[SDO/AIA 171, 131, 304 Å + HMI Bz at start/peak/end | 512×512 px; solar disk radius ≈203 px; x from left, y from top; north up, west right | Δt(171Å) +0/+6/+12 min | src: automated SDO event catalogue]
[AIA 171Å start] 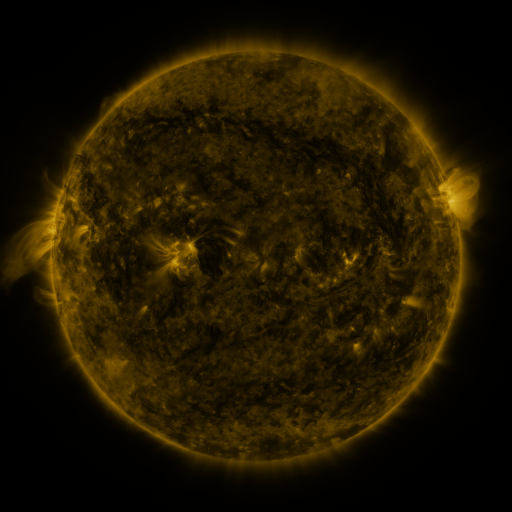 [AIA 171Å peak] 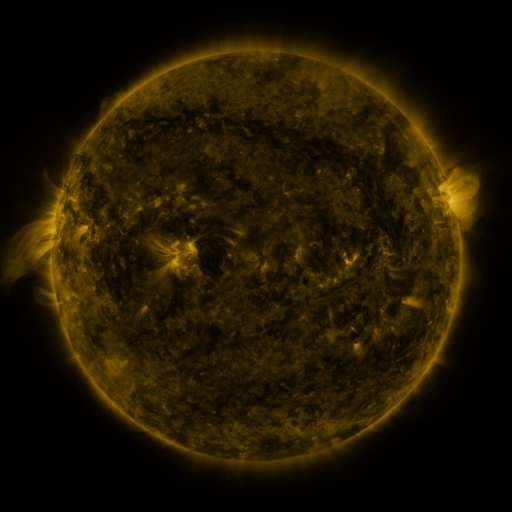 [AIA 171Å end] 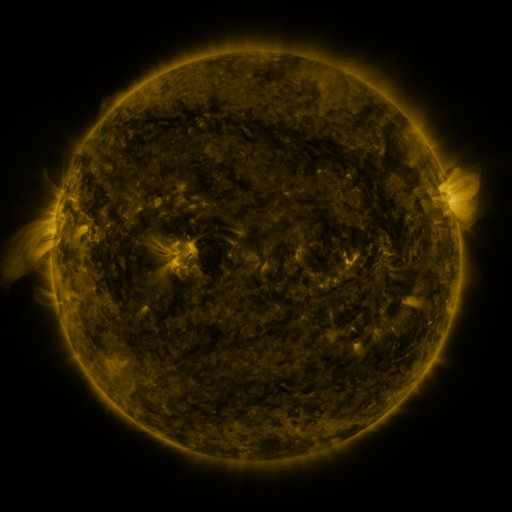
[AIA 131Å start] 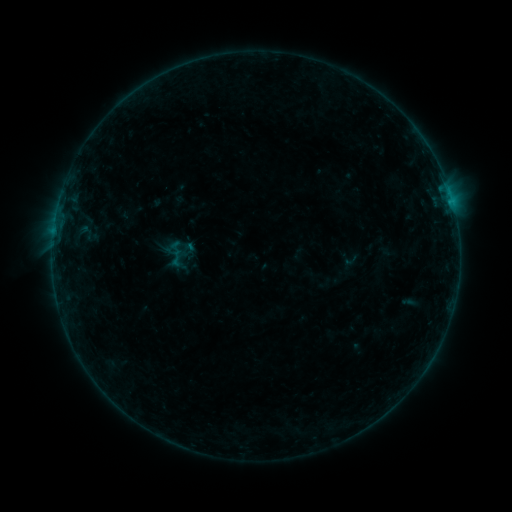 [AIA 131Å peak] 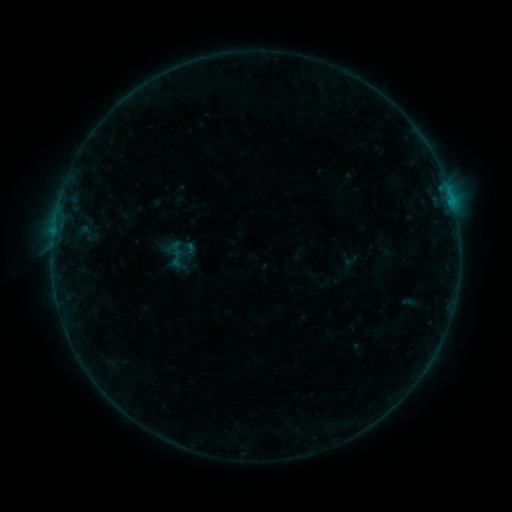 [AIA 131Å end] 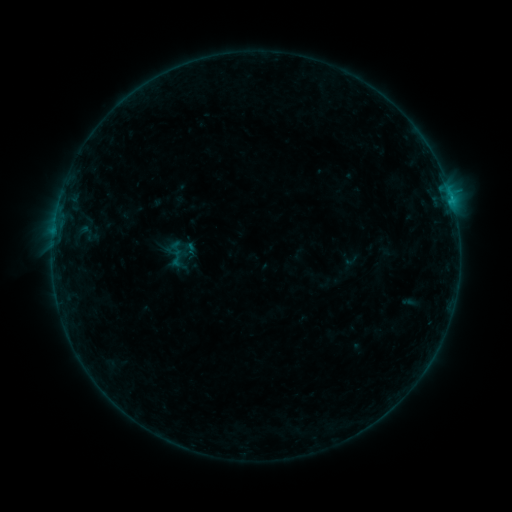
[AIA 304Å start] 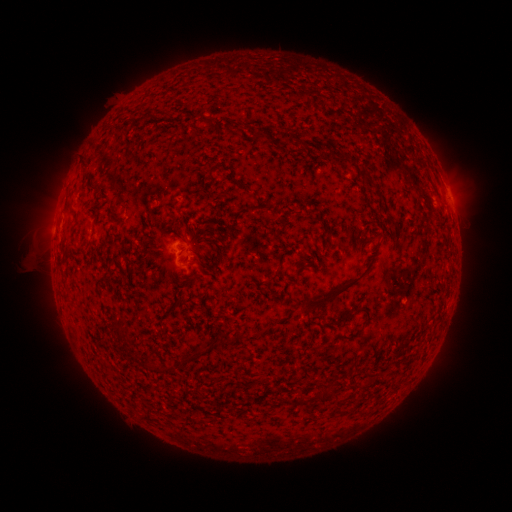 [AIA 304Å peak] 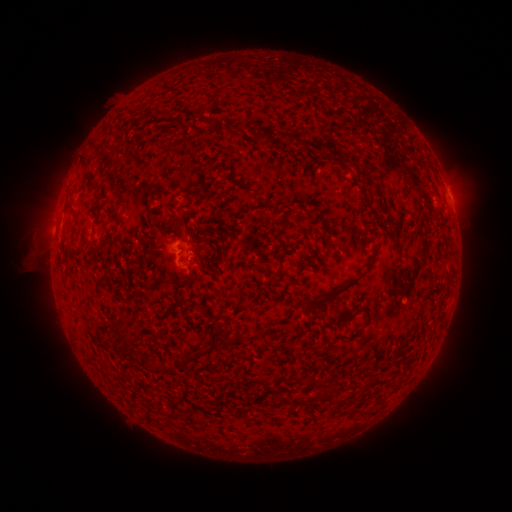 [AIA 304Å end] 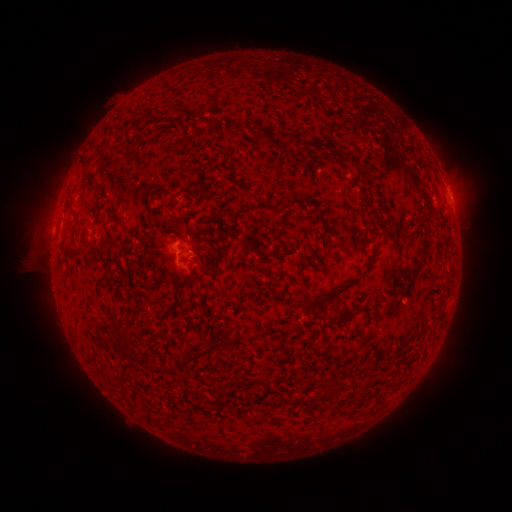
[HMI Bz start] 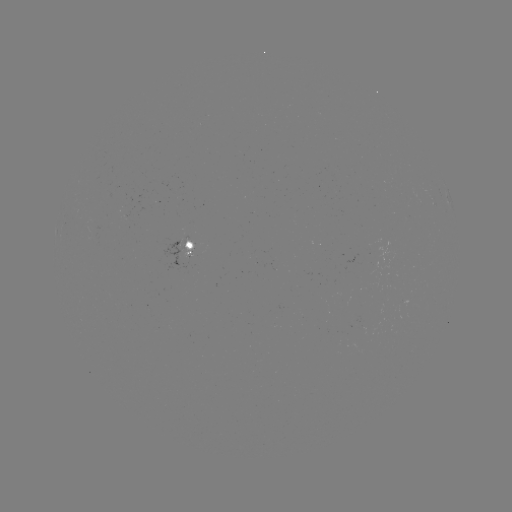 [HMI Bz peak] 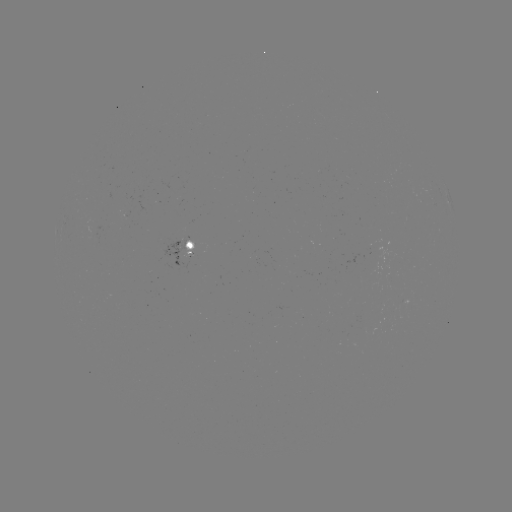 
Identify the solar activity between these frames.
B2.4 flare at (451, 199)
